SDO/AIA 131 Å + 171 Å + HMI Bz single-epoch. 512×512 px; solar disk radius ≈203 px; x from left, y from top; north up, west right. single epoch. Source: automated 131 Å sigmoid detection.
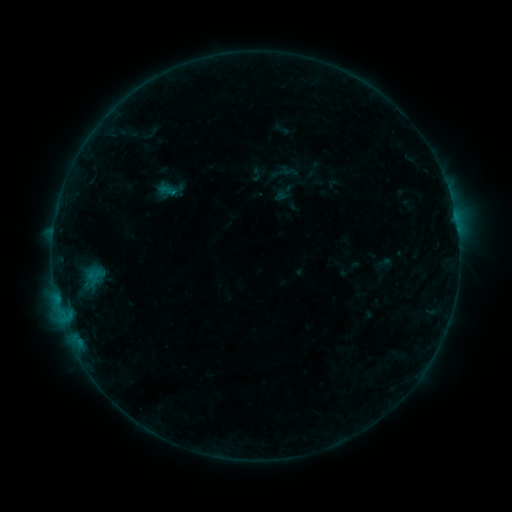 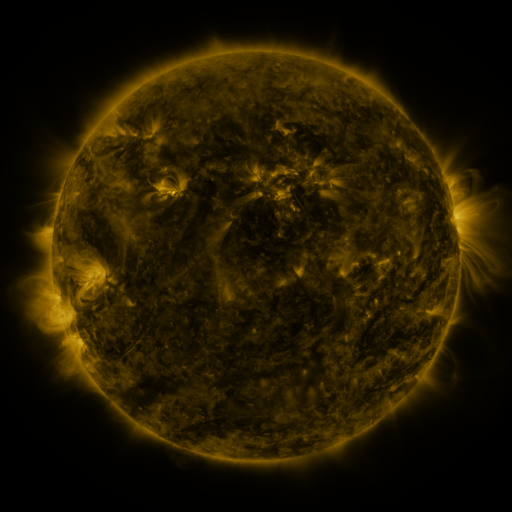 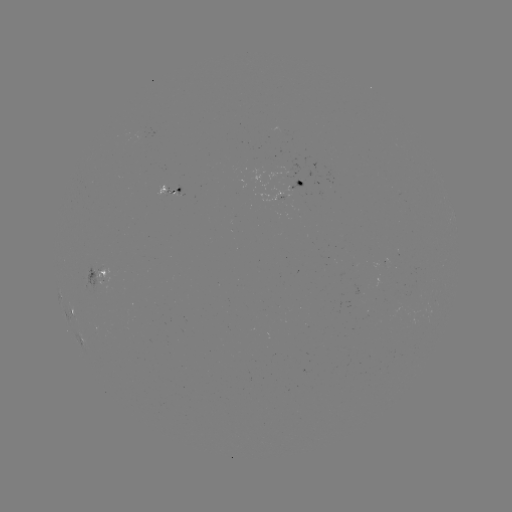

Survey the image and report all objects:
sigmoid: [159, 182, 177, 200]
